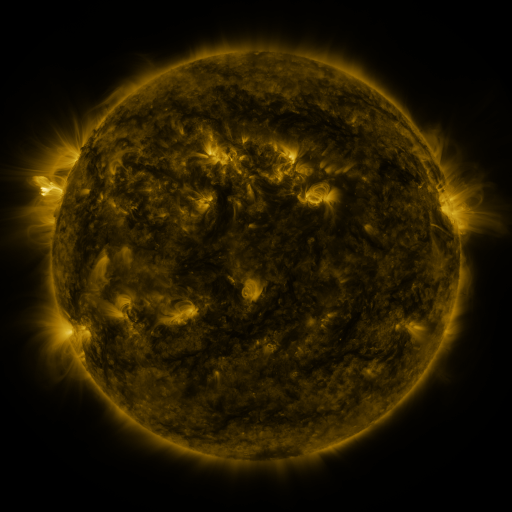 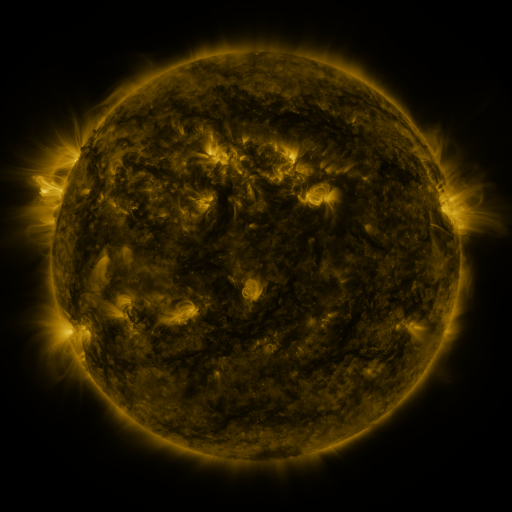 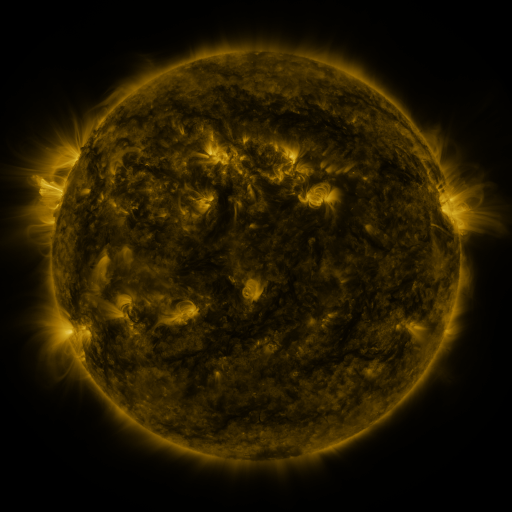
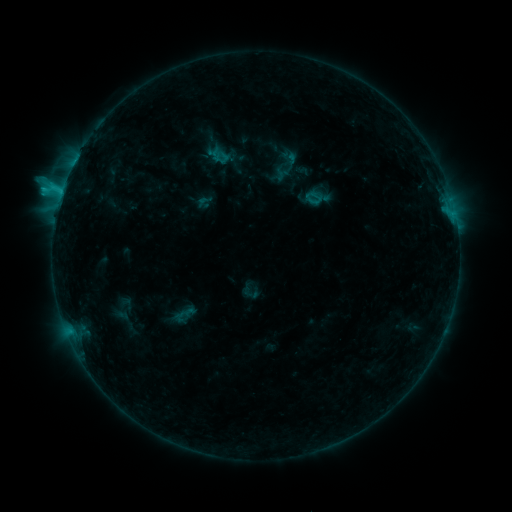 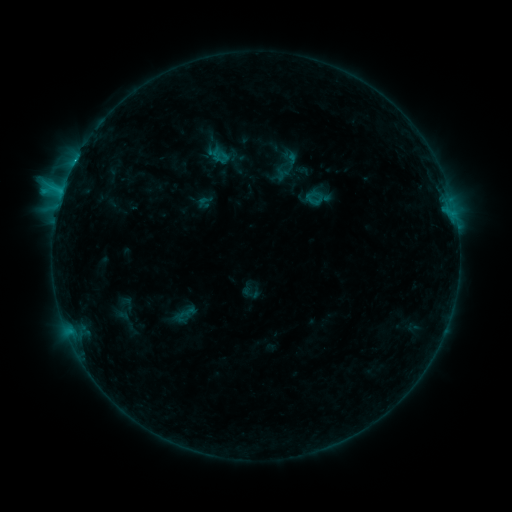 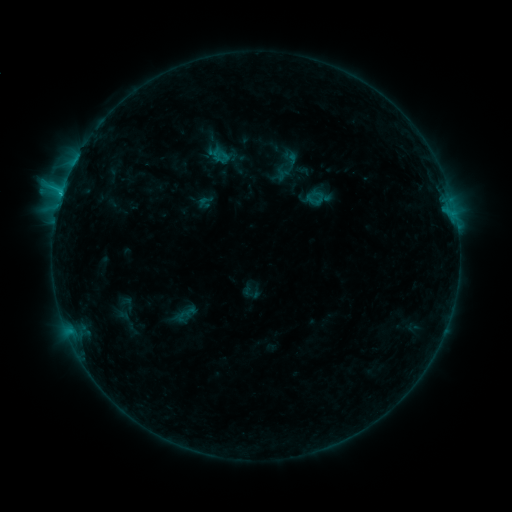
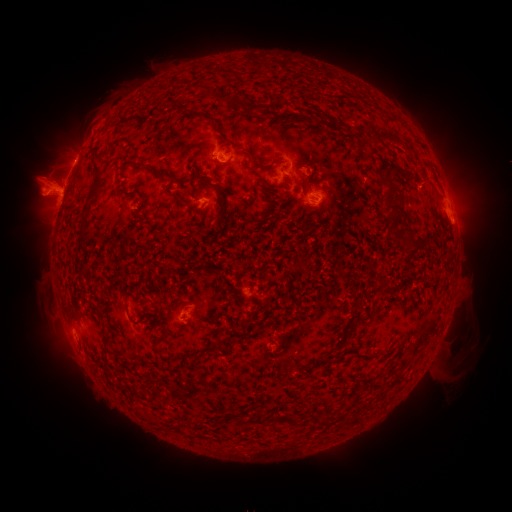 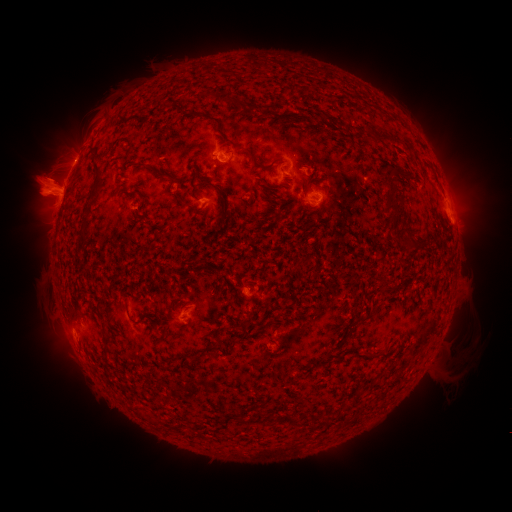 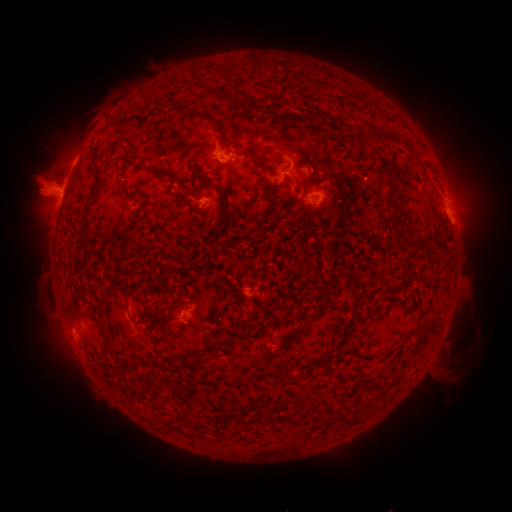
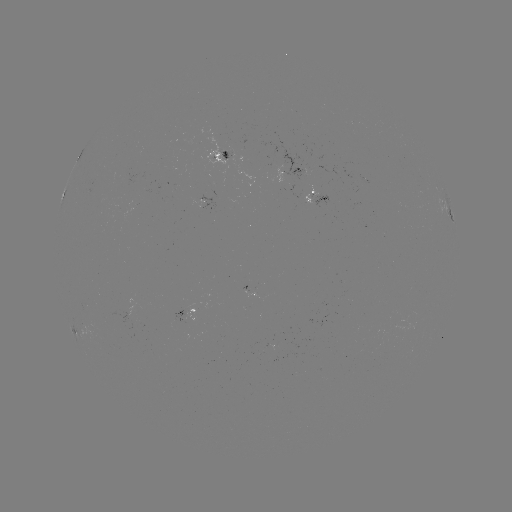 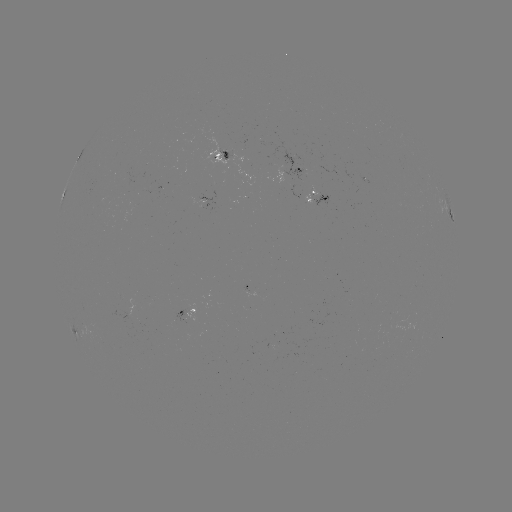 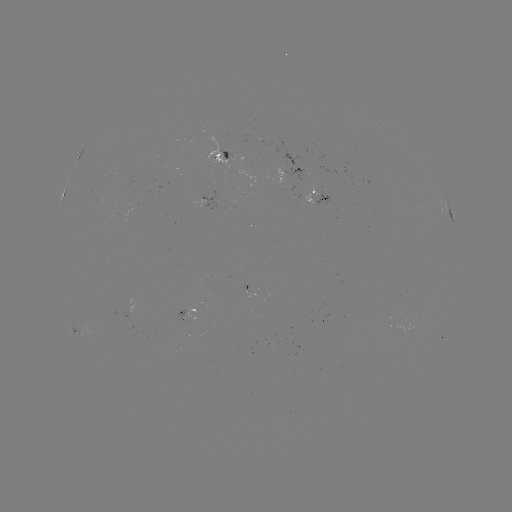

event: eruption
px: (50, 181)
